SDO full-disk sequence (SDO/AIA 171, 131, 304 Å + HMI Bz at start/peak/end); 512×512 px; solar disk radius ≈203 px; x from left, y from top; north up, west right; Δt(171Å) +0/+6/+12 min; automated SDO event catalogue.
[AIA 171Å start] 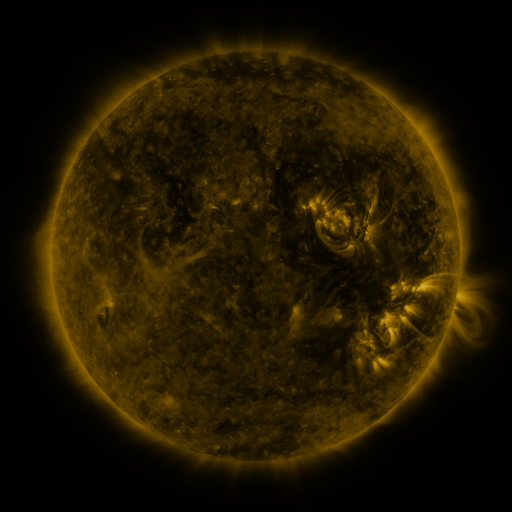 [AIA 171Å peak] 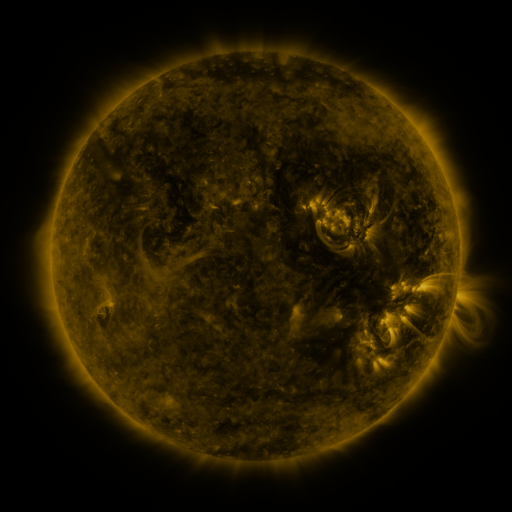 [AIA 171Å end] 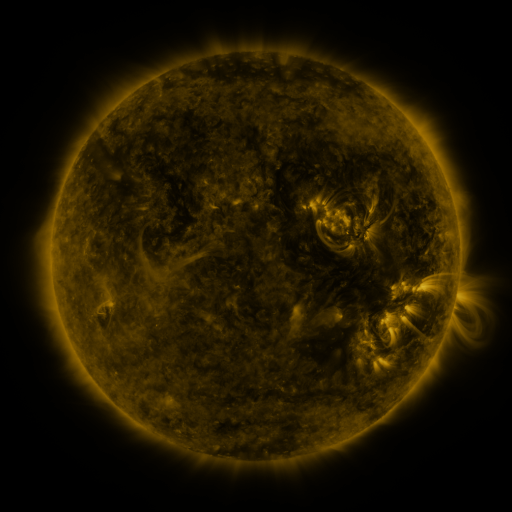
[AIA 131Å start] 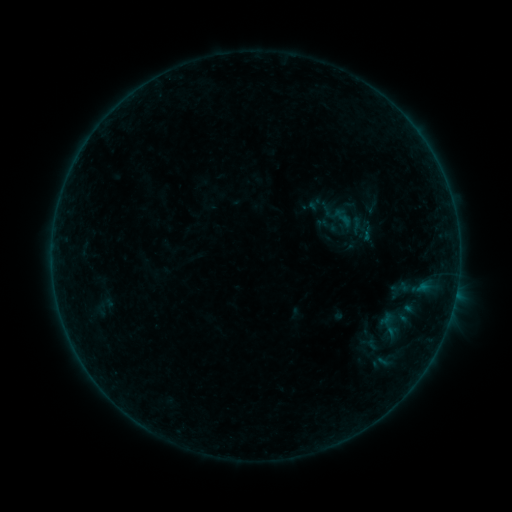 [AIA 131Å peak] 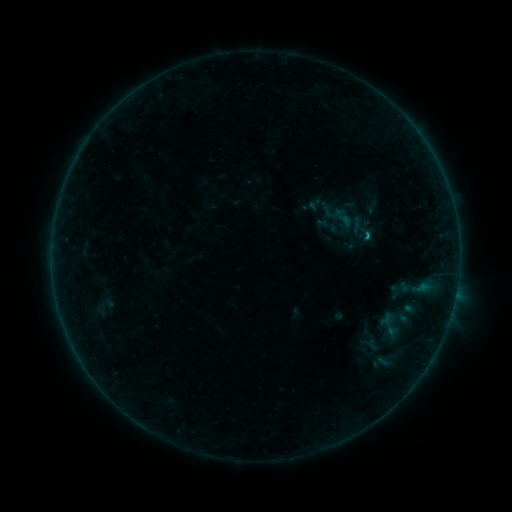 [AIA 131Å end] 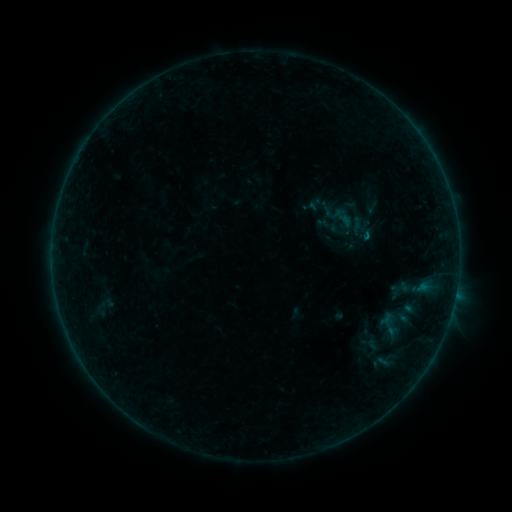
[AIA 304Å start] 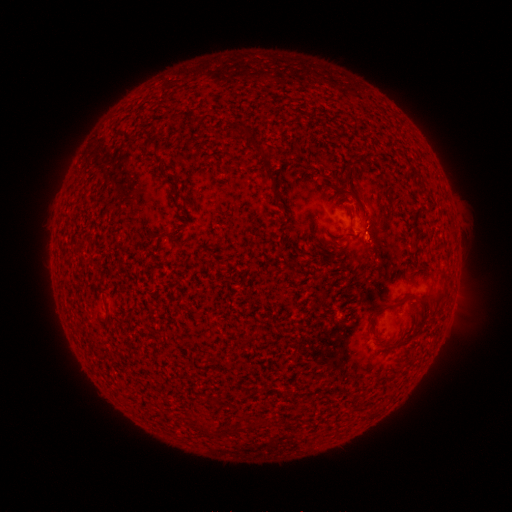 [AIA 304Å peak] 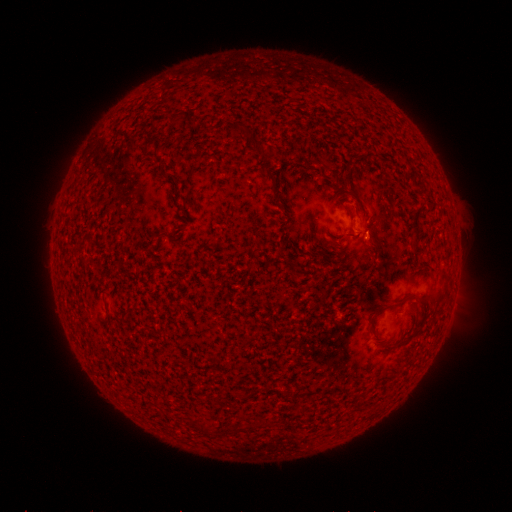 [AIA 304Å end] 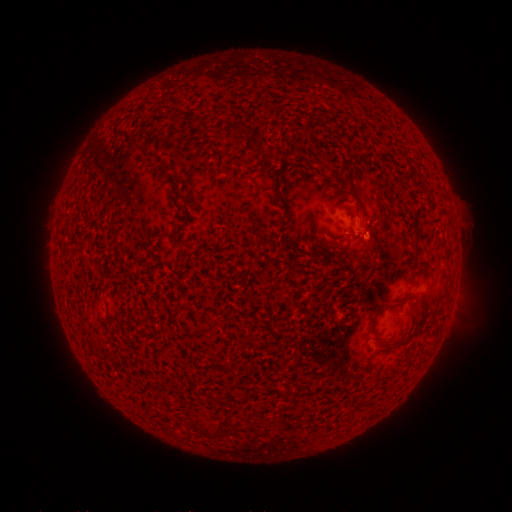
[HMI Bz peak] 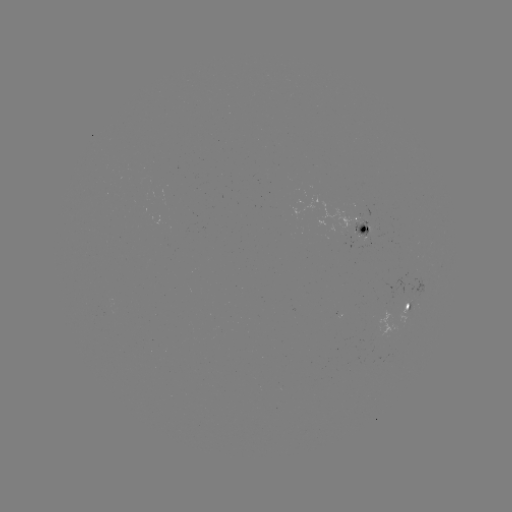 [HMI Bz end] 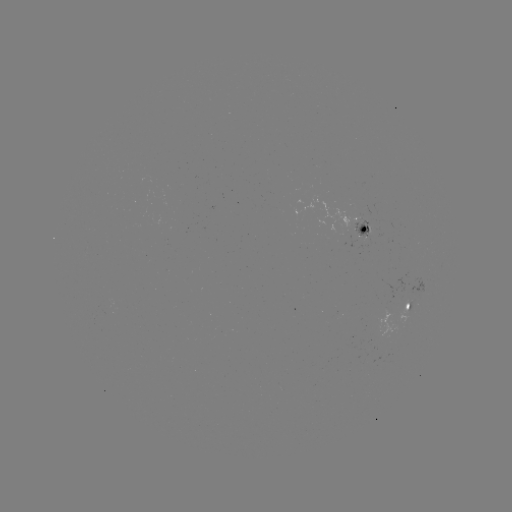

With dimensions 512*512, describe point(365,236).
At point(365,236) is B2.4 flare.